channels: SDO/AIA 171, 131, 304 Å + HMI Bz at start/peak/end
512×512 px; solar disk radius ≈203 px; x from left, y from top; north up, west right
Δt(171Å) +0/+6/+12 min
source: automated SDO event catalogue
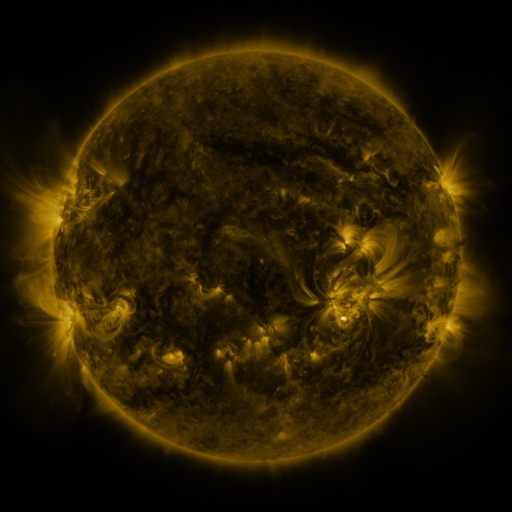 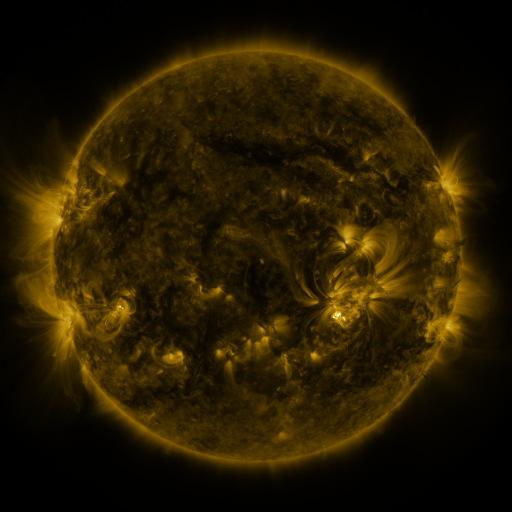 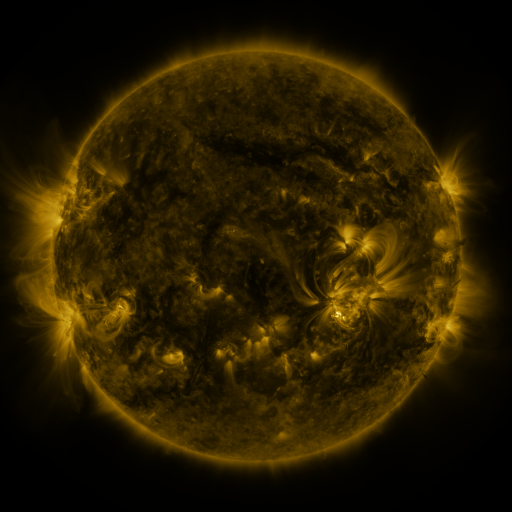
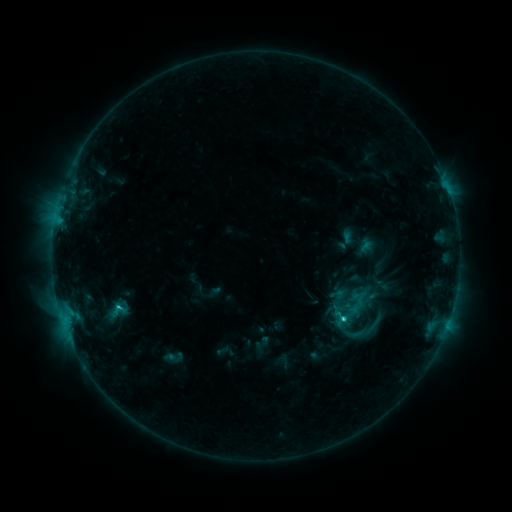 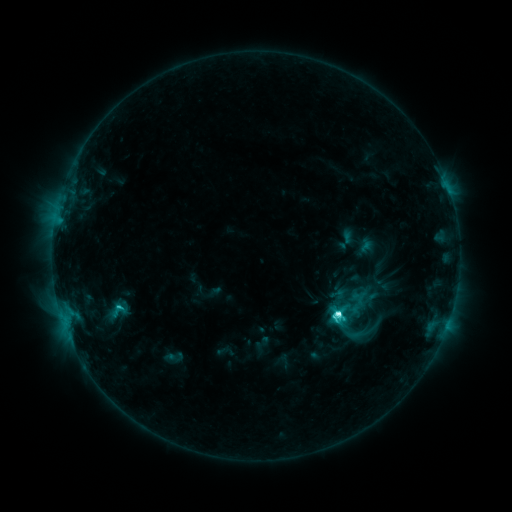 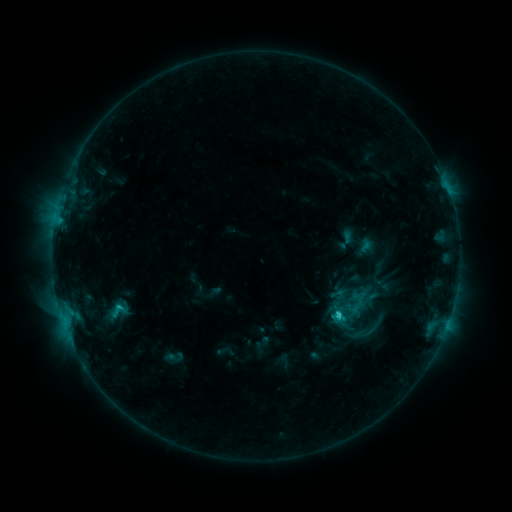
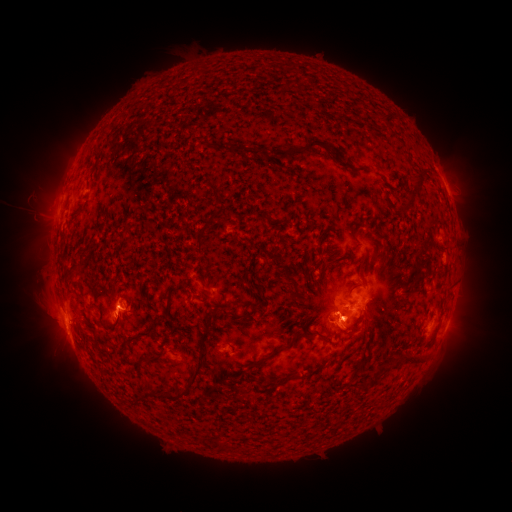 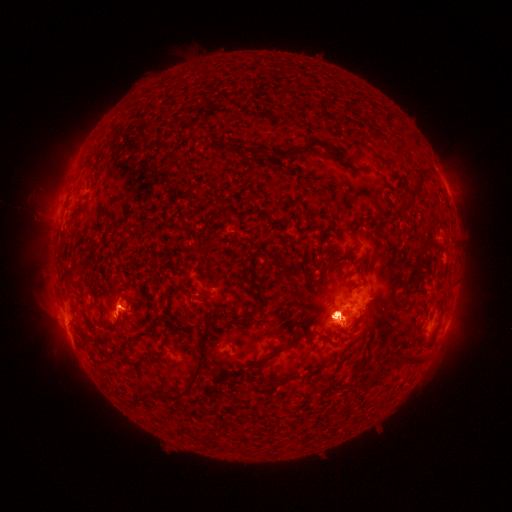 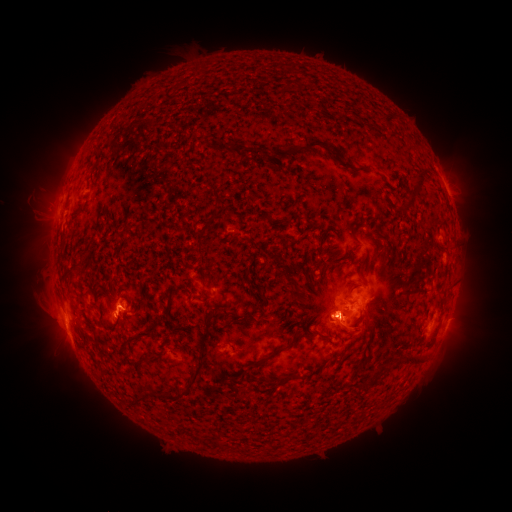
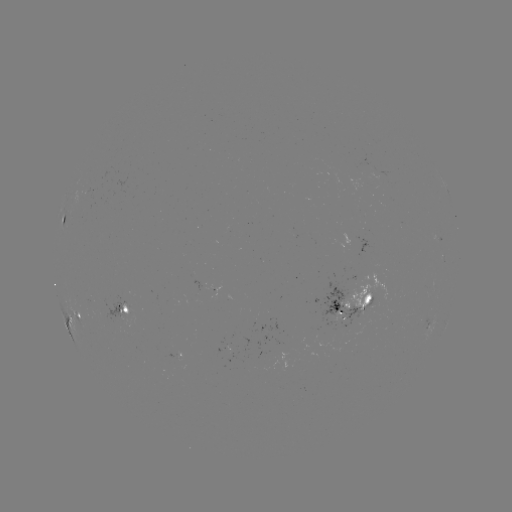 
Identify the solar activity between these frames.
C7.8 flare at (336, 312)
